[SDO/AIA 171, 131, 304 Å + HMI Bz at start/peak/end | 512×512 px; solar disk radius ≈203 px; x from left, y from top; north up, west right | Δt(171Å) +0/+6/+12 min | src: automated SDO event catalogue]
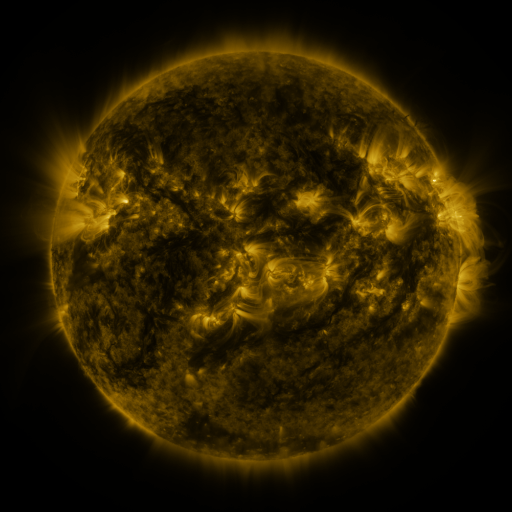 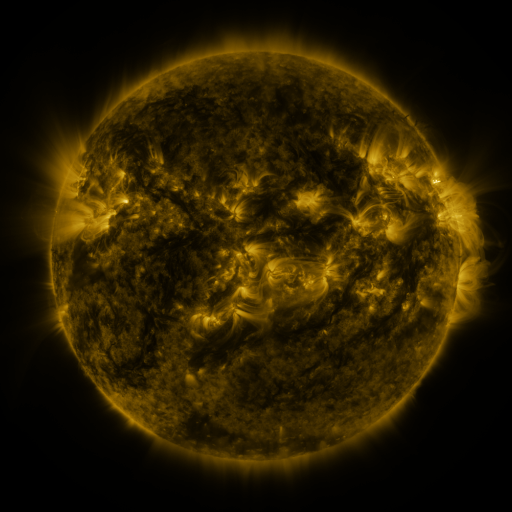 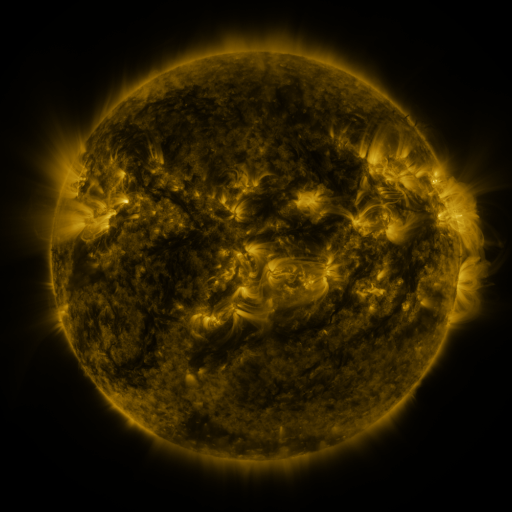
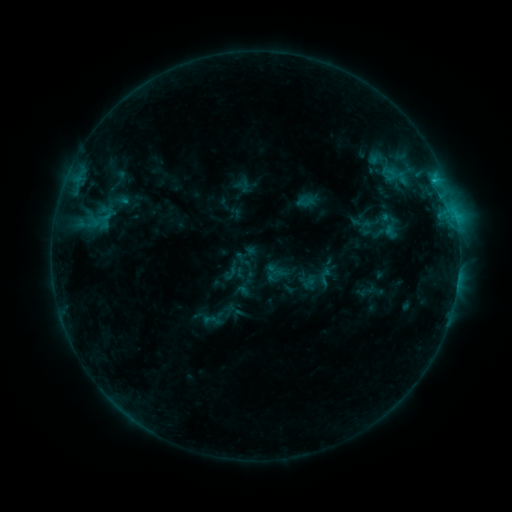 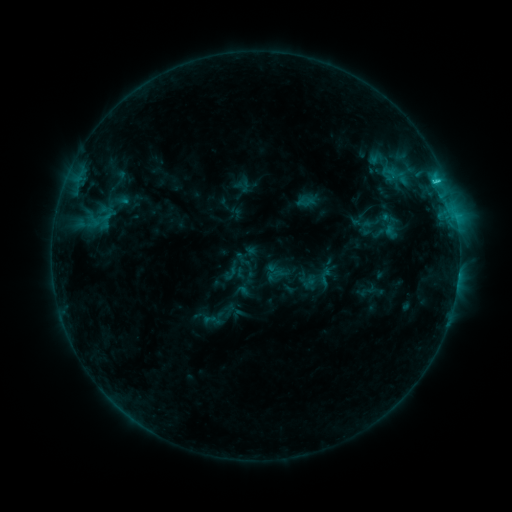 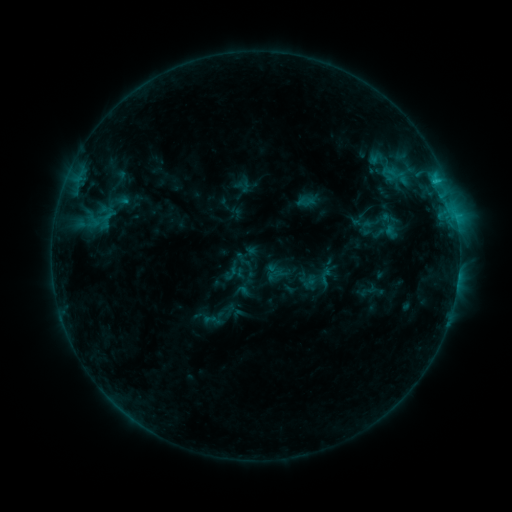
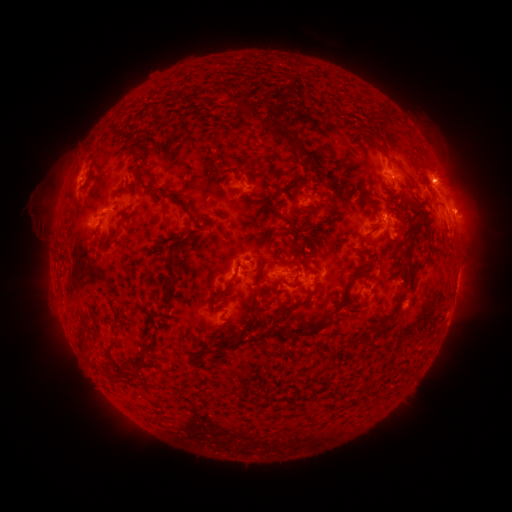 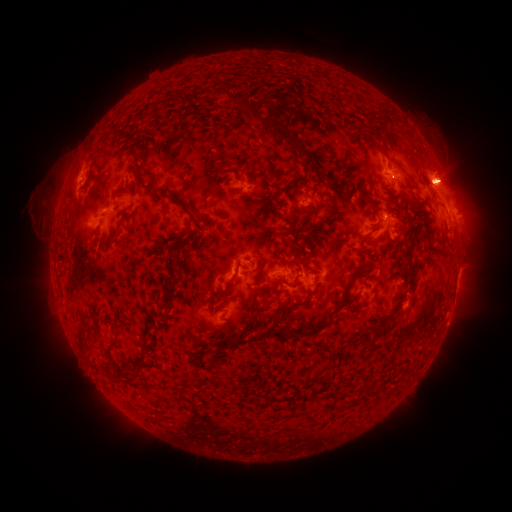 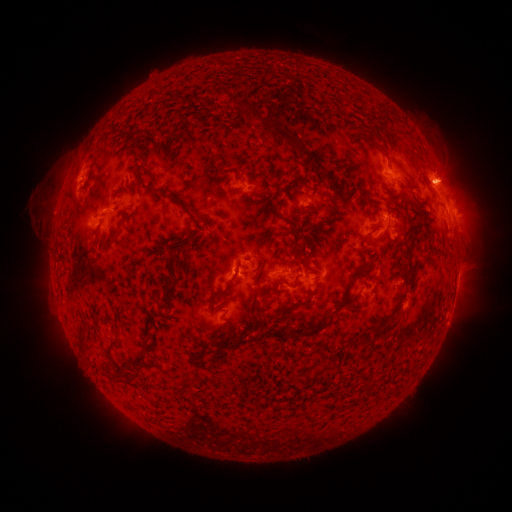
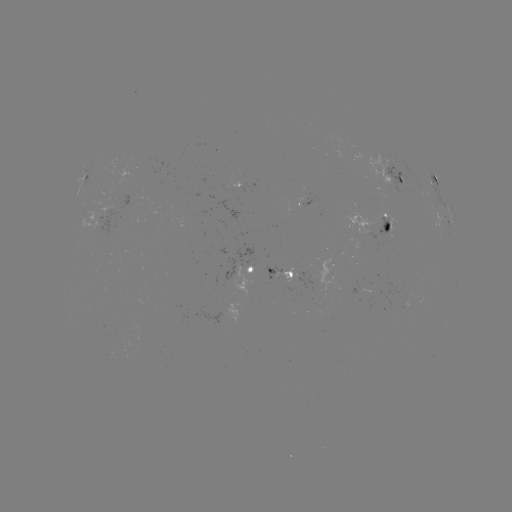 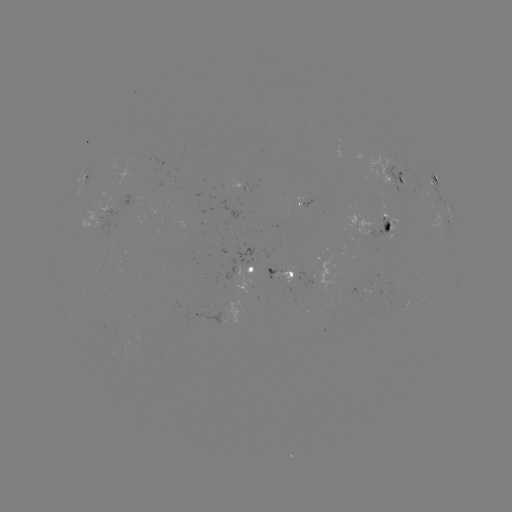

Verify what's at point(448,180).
eruption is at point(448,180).